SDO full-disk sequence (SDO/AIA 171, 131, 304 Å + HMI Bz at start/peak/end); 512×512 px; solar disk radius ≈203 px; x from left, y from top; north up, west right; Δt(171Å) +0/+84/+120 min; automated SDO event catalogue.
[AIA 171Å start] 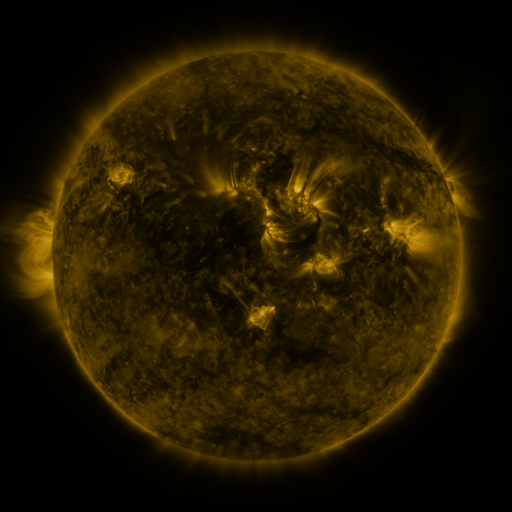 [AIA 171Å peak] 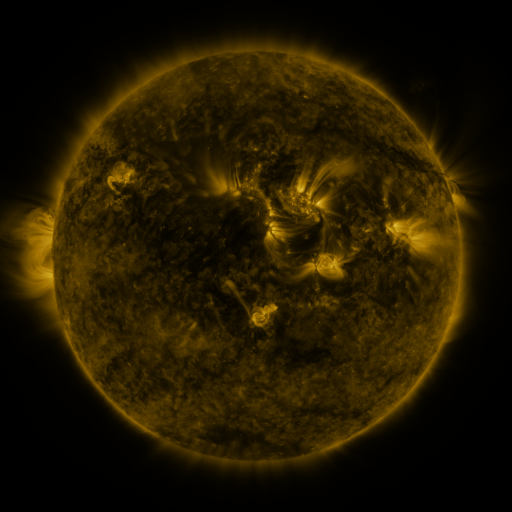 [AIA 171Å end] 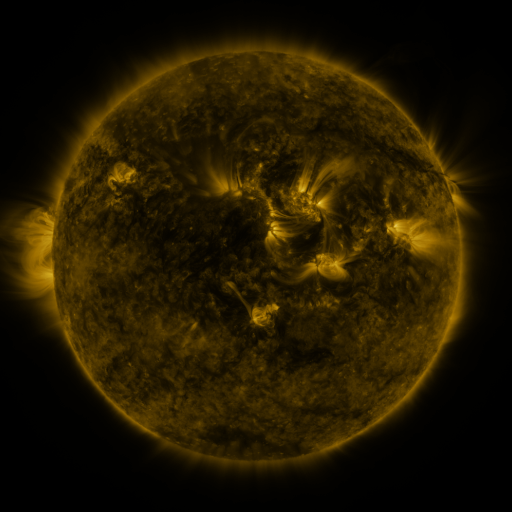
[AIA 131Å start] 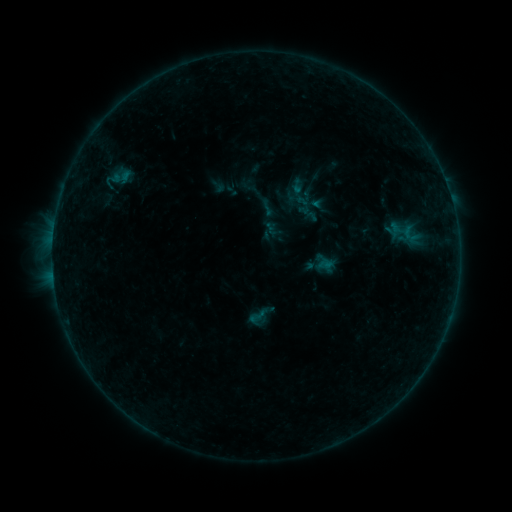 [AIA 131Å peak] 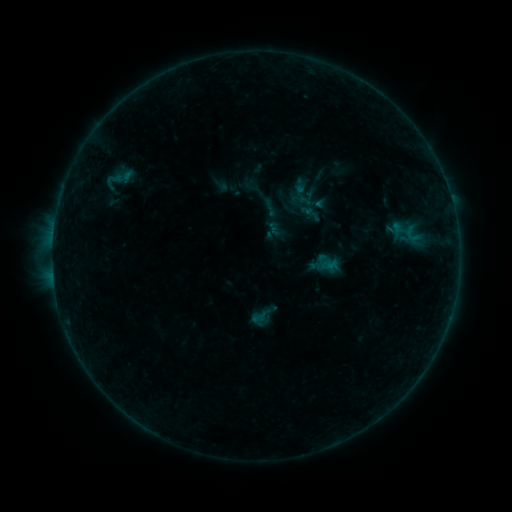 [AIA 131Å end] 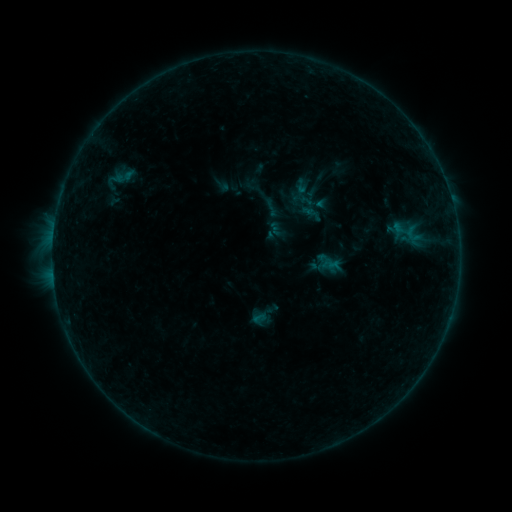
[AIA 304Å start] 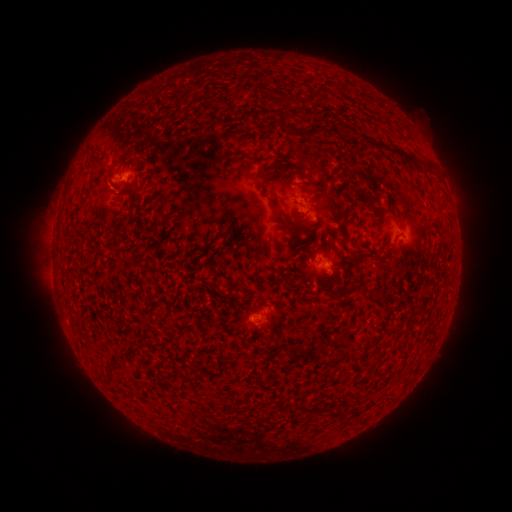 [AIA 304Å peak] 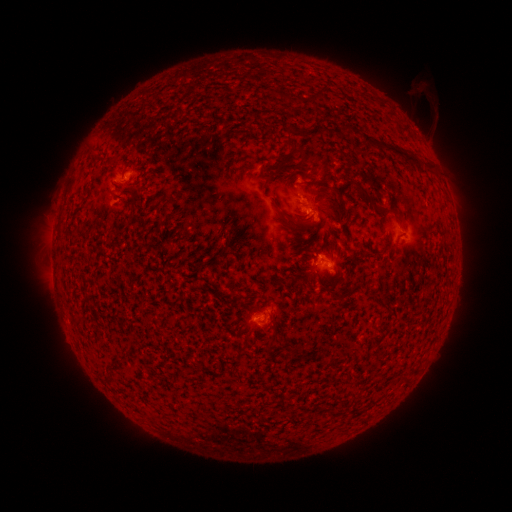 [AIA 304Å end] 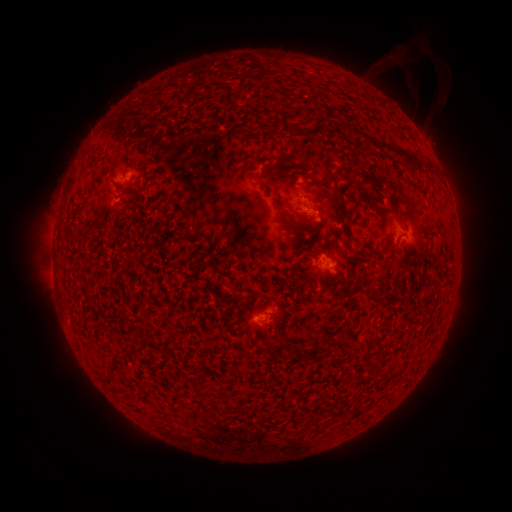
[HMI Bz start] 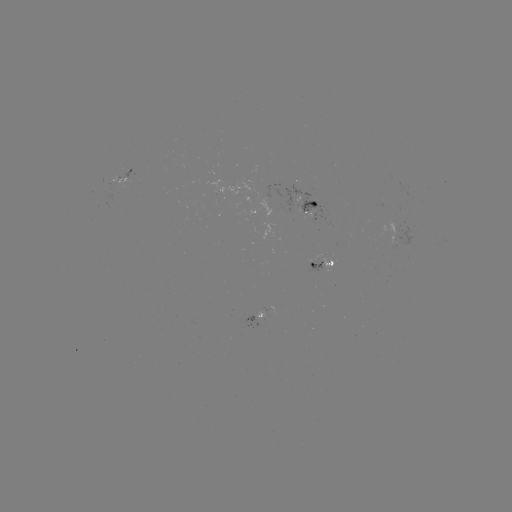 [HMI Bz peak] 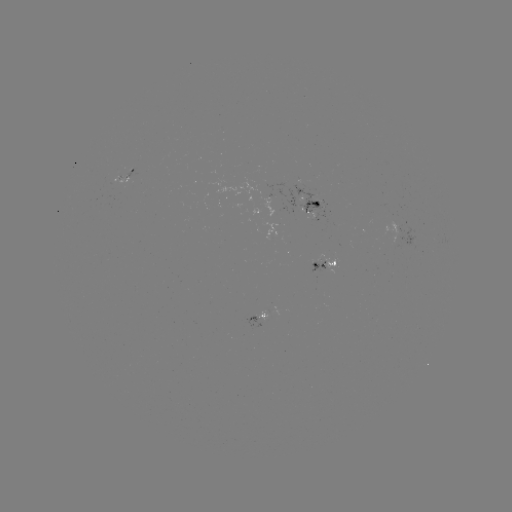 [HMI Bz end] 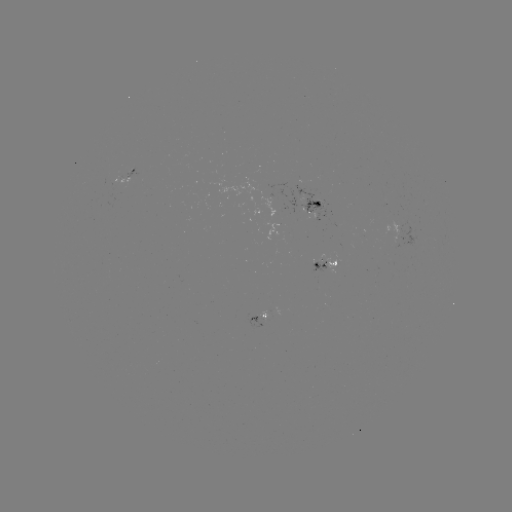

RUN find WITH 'emerging-flux region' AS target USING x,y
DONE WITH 390,232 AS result